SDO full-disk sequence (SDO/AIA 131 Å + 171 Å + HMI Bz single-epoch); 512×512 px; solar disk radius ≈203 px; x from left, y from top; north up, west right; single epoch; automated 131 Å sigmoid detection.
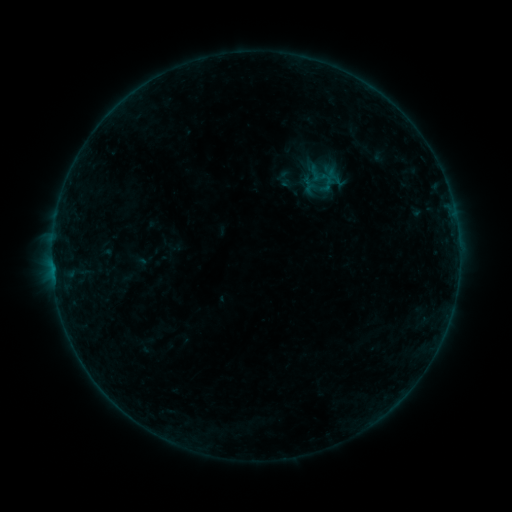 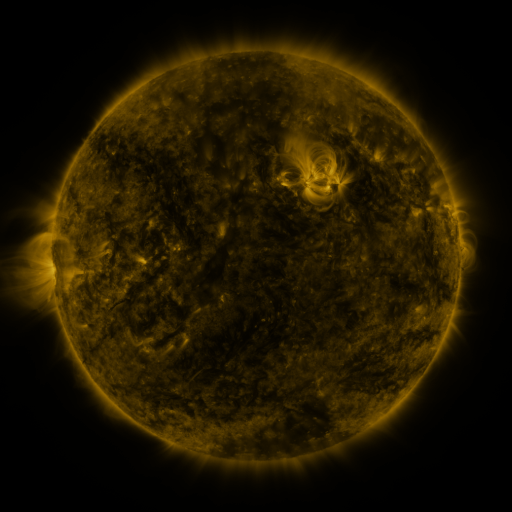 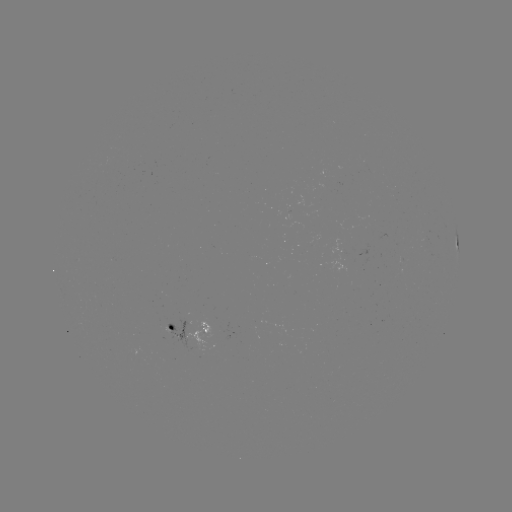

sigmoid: [305, 164, 326, 183]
